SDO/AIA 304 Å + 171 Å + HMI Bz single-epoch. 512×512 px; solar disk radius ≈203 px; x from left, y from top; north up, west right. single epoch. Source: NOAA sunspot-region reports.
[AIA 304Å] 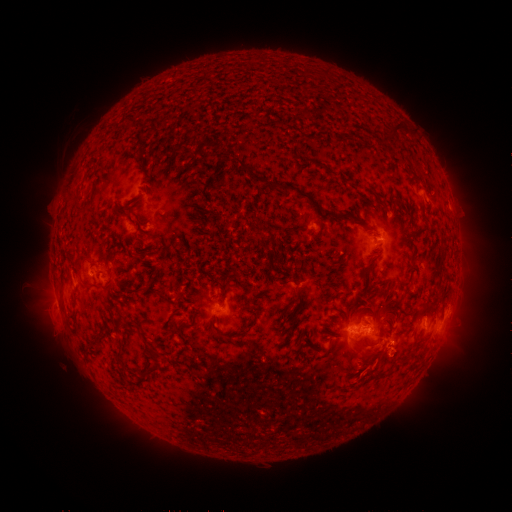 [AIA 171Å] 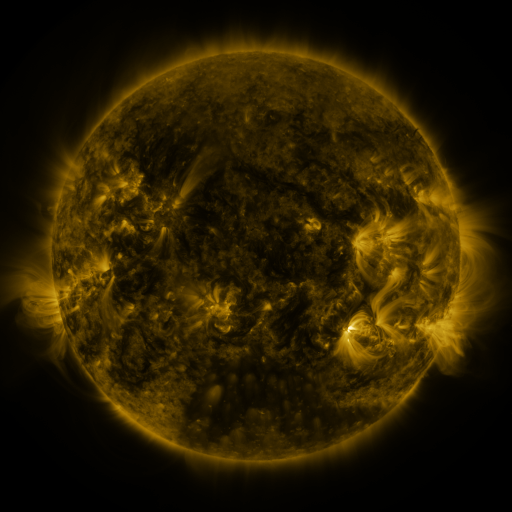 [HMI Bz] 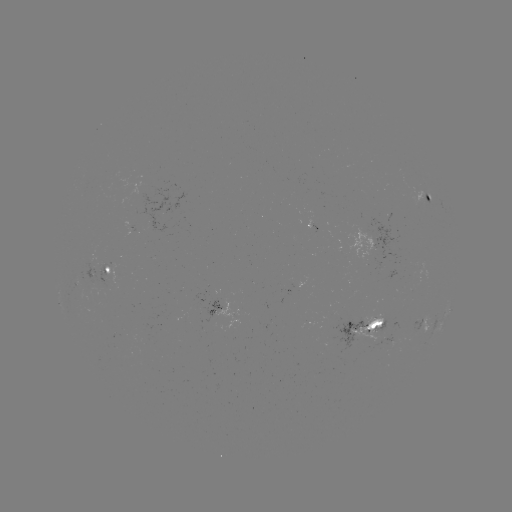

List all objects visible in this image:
spotted active region: (429, 197)
spotted active region: (311, 225)
spotted active region: (386, 239)
spotted active region: (112, 271)
spotted active region: (450, 308)
spotted active region: (238, 310)
spotted active region: (424, 322)
spotted active region: (372, 323)
